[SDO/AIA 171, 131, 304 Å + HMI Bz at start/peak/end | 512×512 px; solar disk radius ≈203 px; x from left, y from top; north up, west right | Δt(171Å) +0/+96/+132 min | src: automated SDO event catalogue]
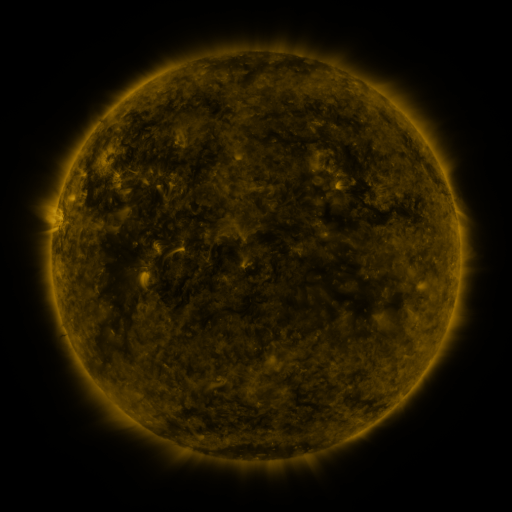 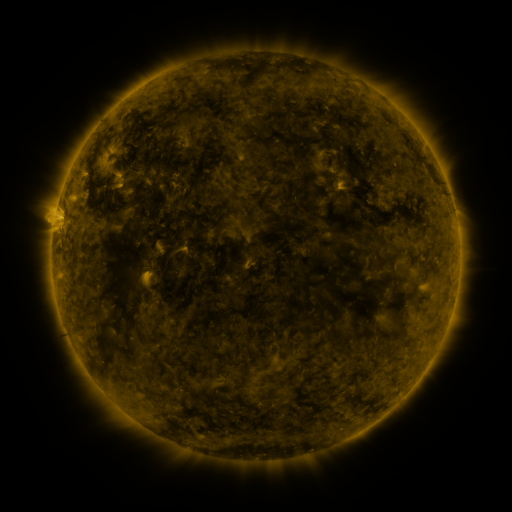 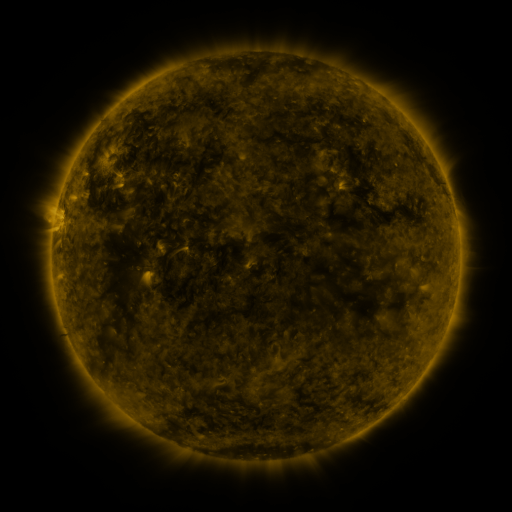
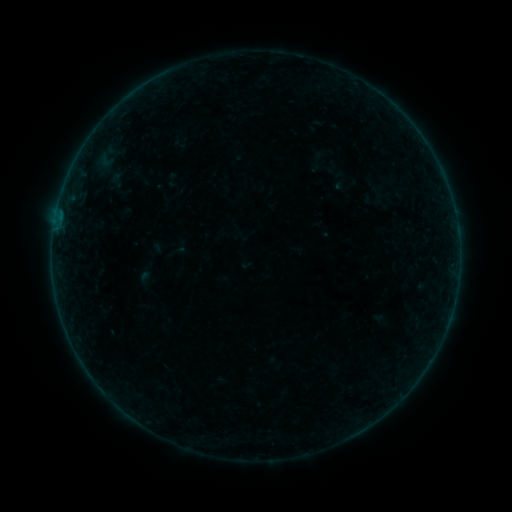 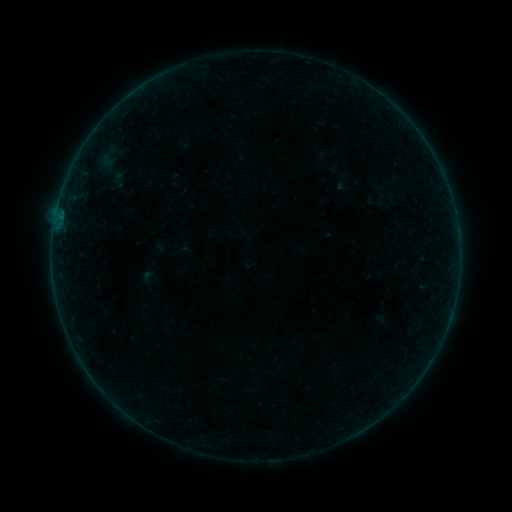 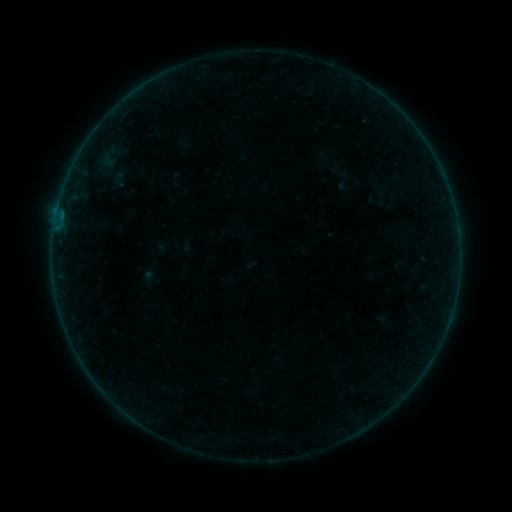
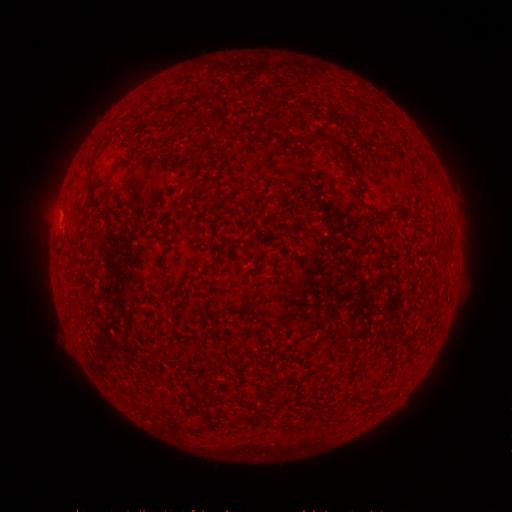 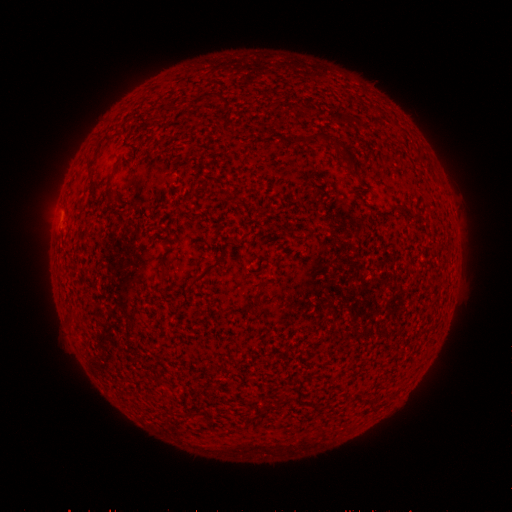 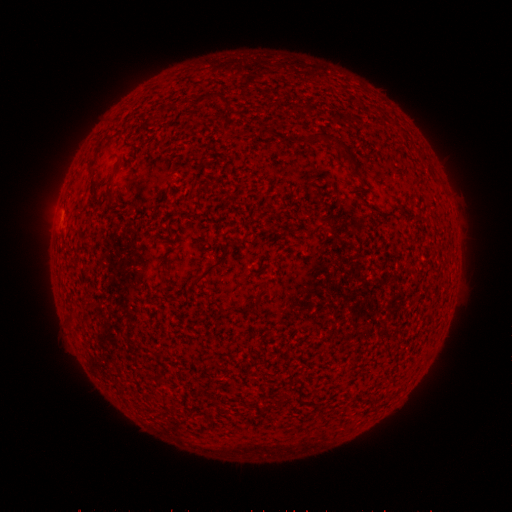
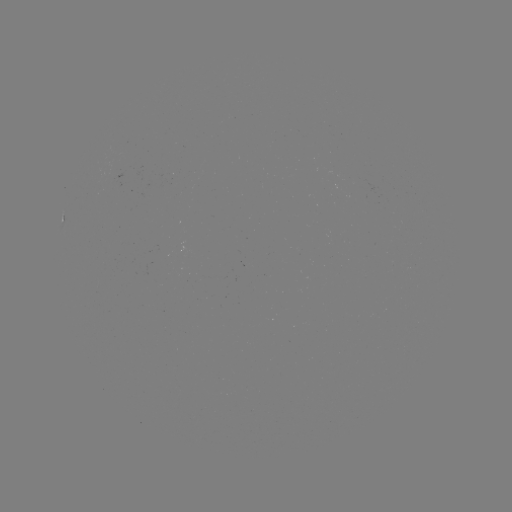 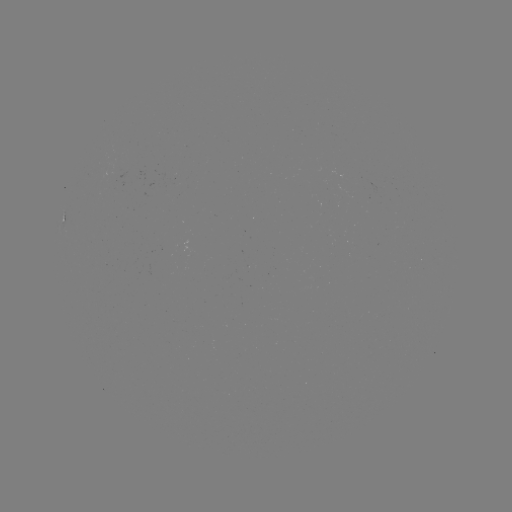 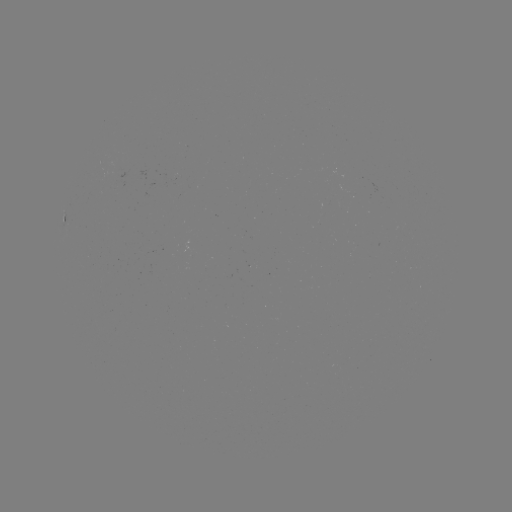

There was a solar emerging-flux region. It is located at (339, 201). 